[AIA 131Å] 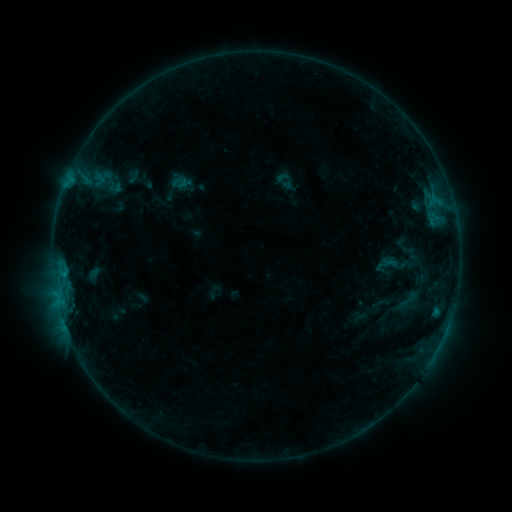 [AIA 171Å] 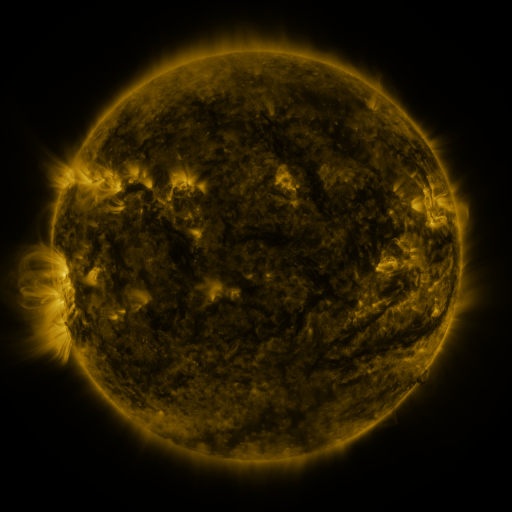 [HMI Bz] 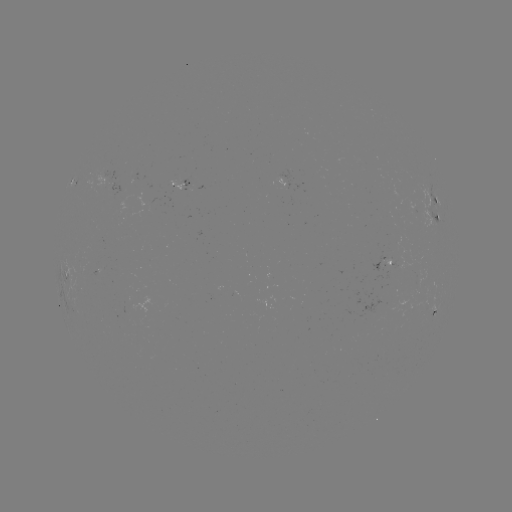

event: sigmoid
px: (409, 299)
